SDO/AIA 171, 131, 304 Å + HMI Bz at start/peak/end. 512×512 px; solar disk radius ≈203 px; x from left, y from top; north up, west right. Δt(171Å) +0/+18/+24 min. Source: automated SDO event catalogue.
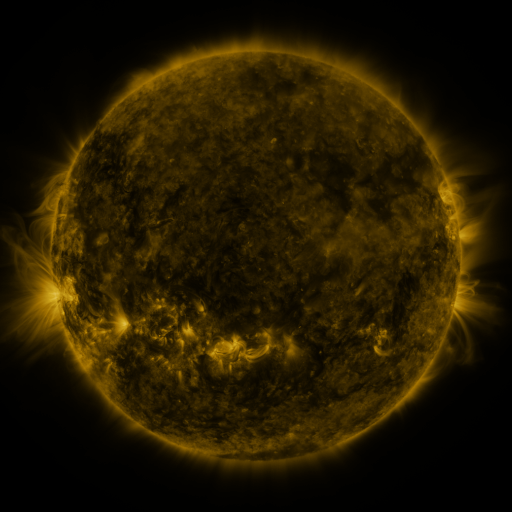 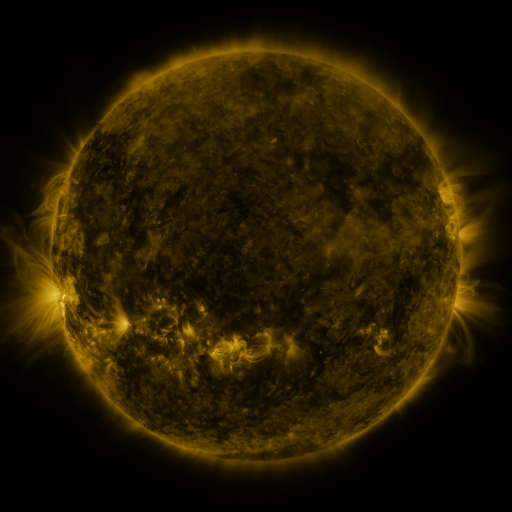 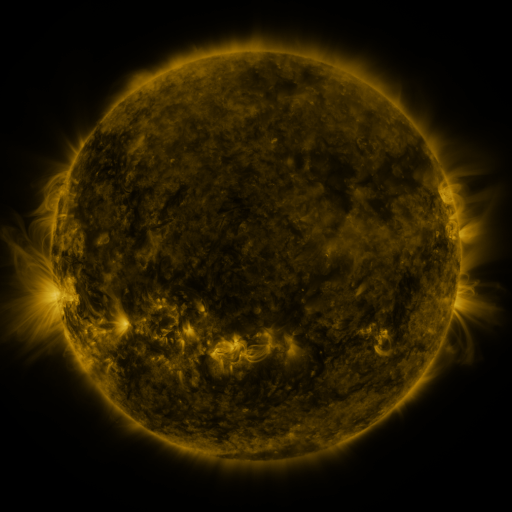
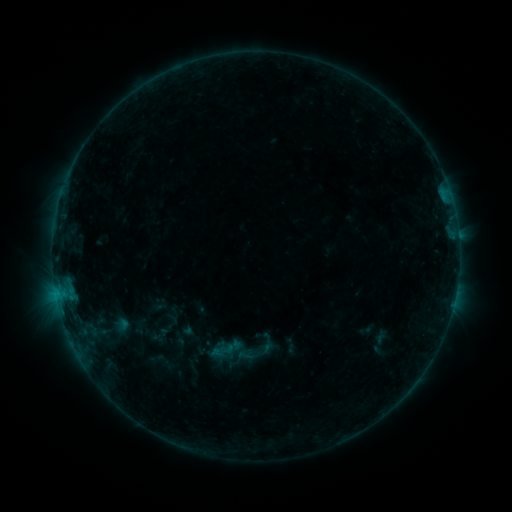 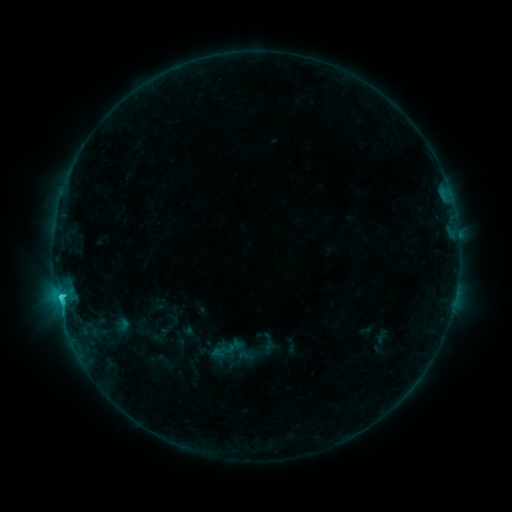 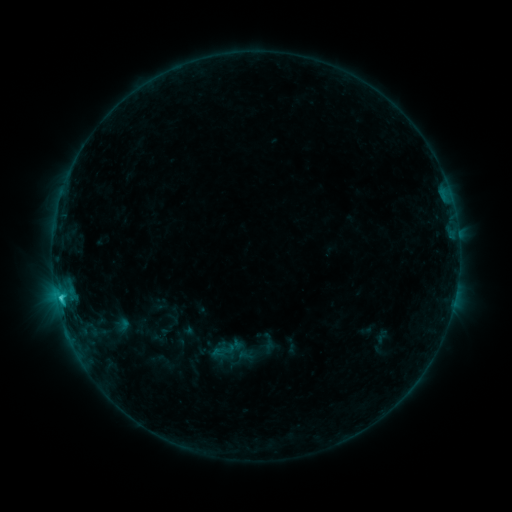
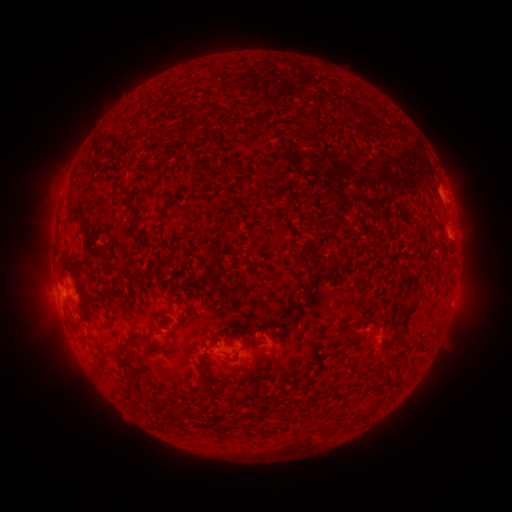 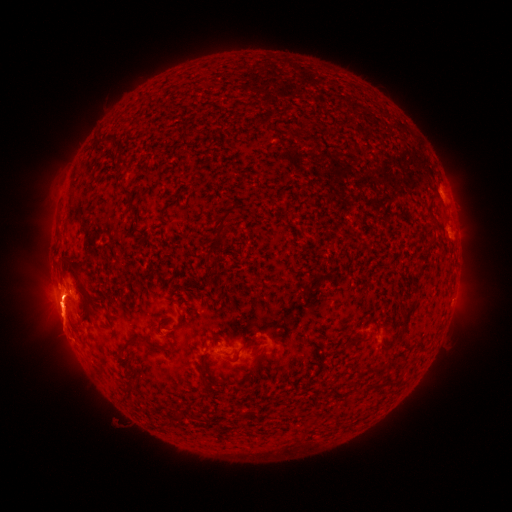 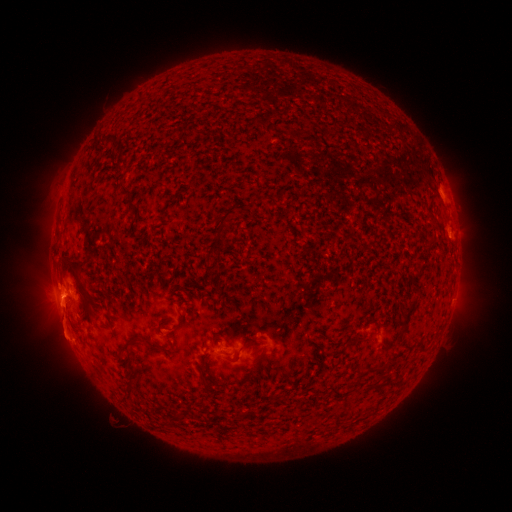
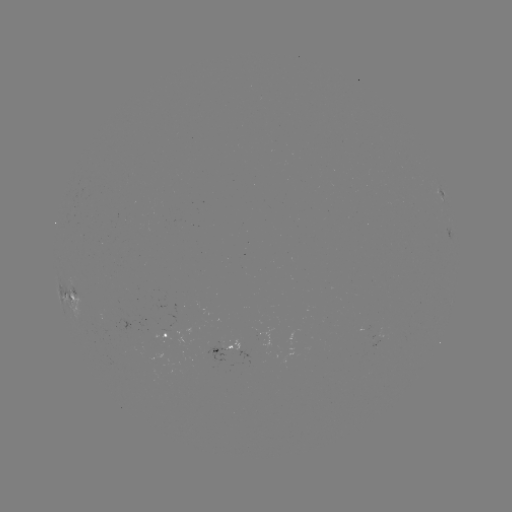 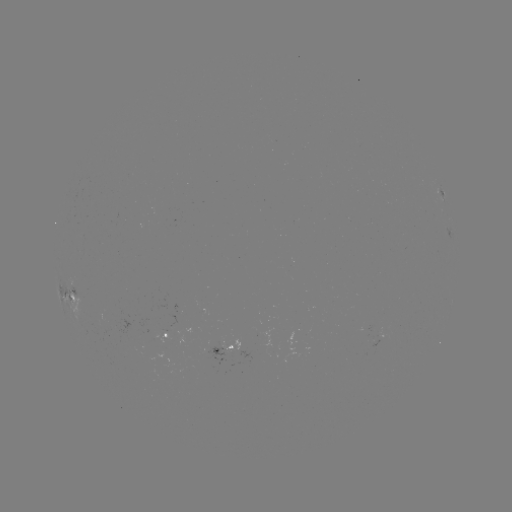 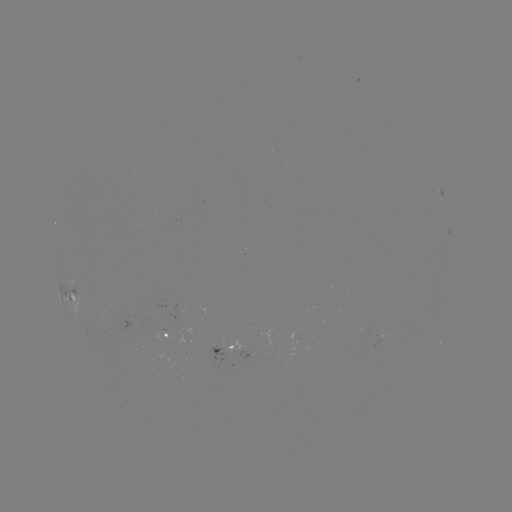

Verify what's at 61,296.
C1.8 flare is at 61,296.